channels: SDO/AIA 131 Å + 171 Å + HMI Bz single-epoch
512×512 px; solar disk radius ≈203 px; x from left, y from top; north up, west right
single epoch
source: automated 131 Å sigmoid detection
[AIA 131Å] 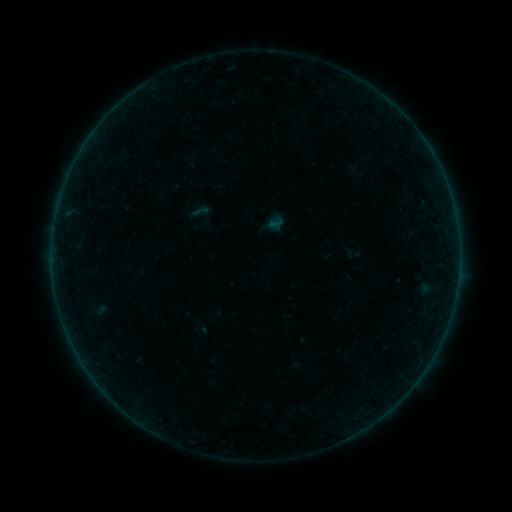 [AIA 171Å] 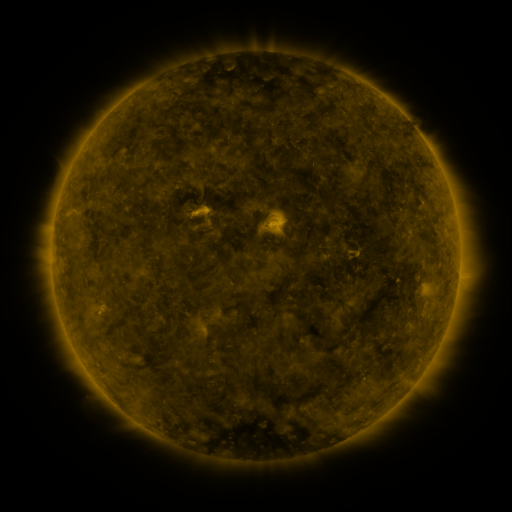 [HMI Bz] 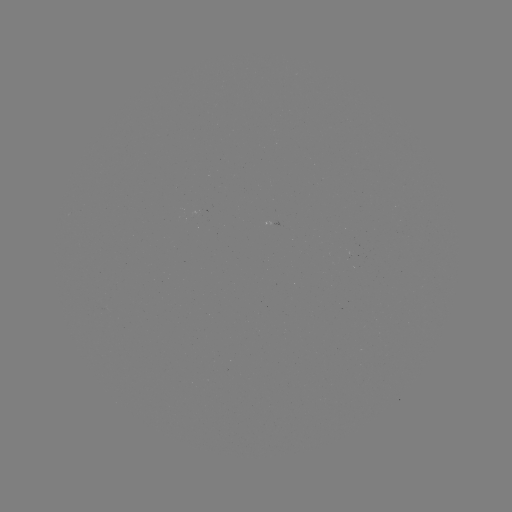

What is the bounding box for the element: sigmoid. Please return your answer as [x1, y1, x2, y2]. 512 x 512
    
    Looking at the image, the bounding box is [190, 202, 209, 221].